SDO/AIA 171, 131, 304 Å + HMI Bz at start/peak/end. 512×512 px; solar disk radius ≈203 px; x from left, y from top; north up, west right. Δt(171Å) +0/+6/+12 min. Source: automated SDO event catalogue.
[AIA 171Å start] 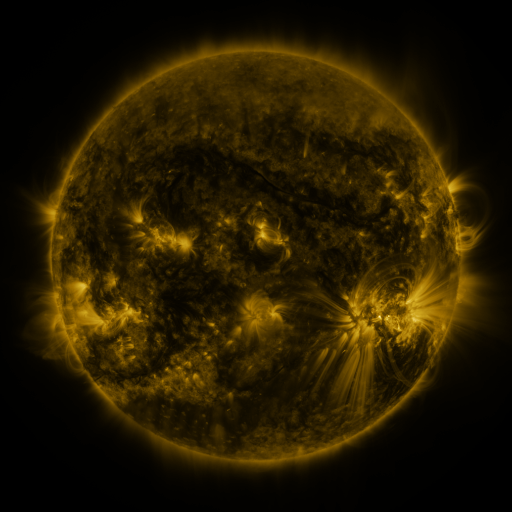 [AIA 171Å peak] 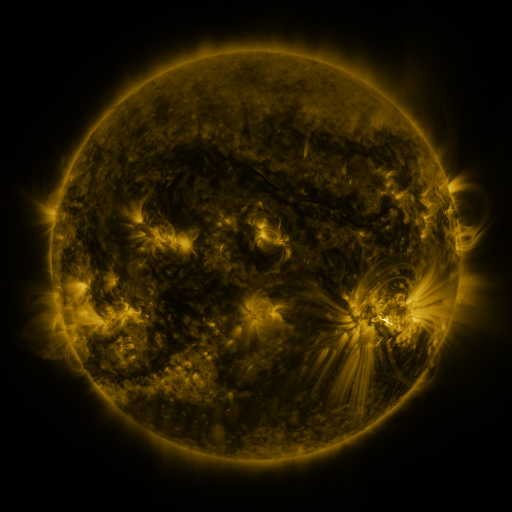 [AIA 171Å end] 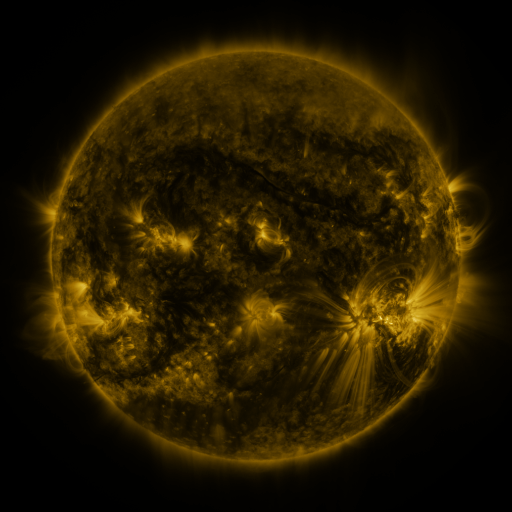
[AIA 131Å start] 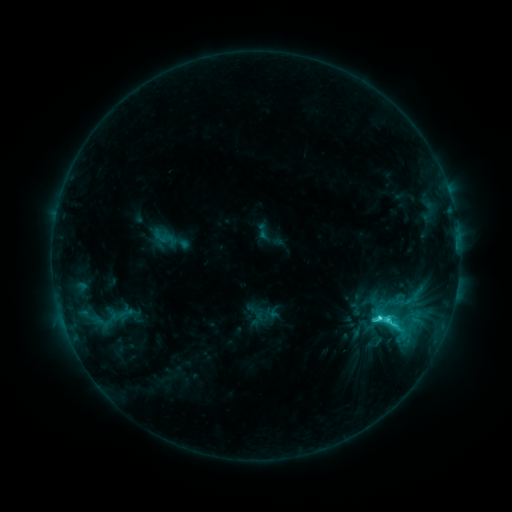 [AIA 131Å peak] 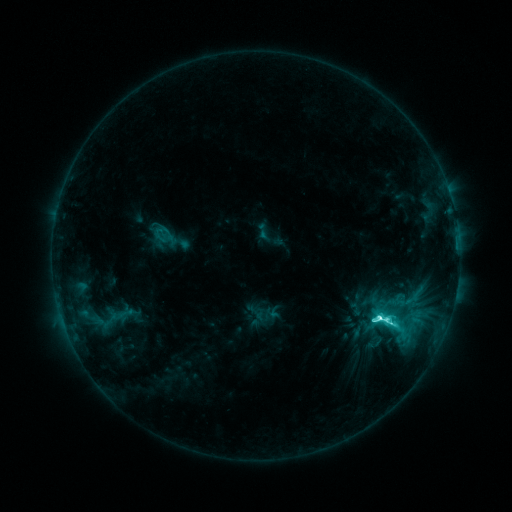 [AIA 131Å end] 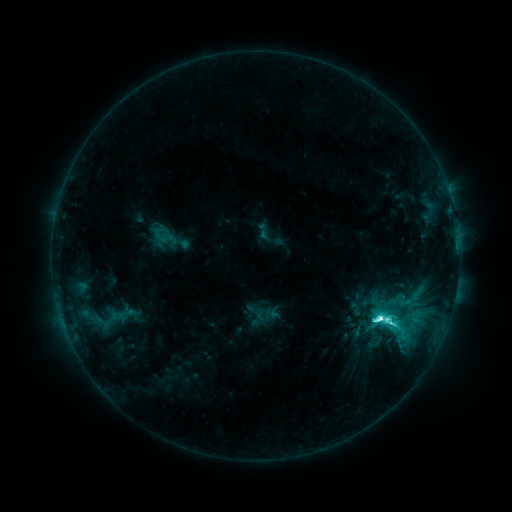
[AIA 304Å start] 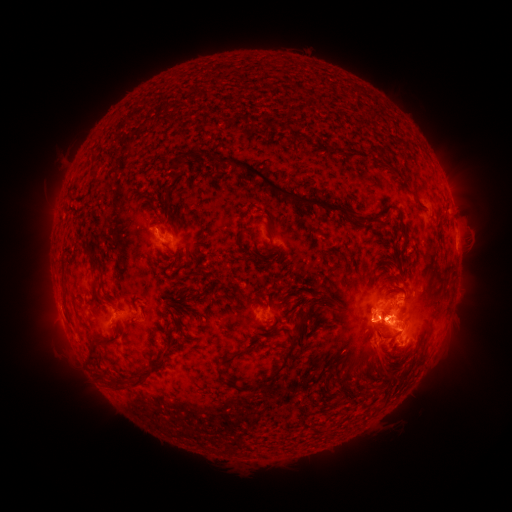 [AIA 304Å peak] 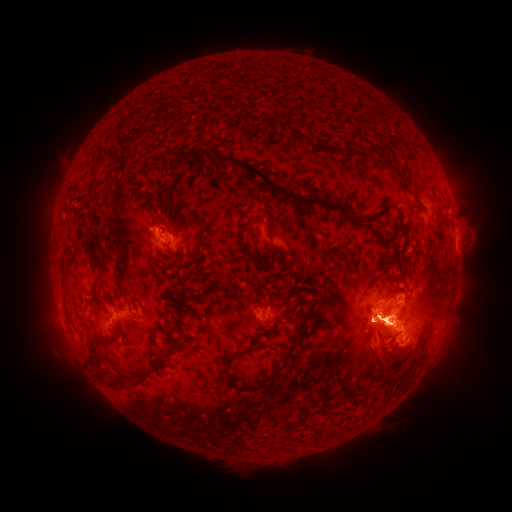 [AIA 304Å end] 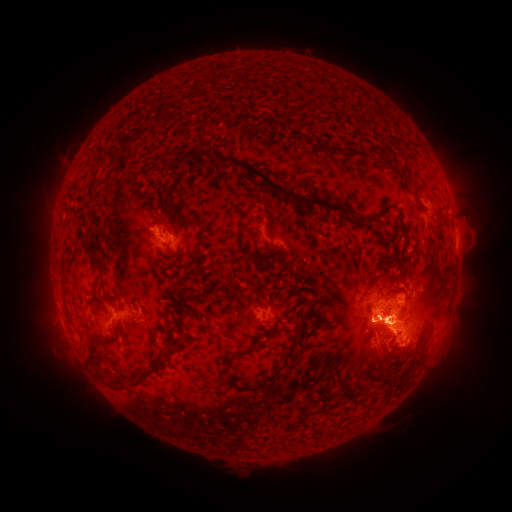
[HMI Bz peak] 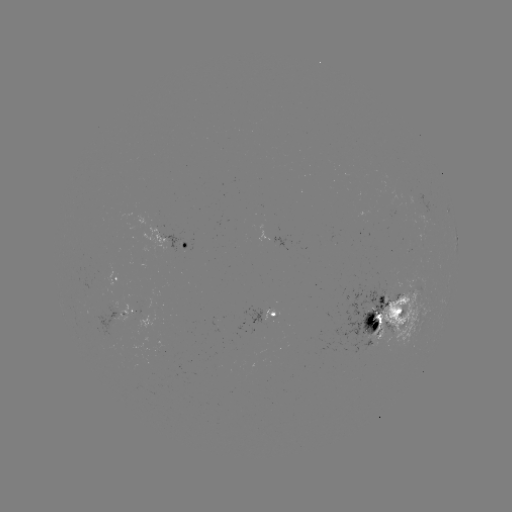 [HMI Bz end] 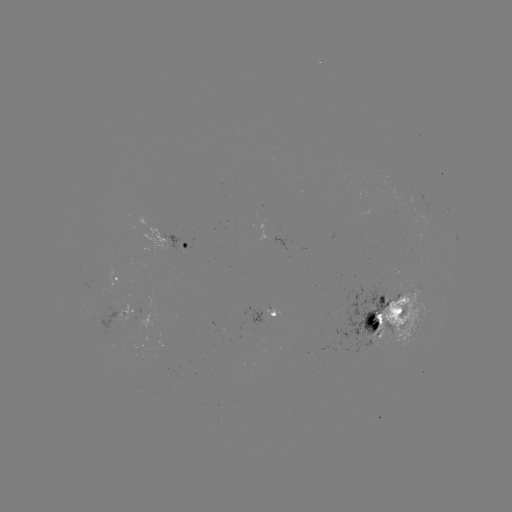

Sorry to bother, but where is M1.9 flare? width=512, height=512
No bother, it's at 377,318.